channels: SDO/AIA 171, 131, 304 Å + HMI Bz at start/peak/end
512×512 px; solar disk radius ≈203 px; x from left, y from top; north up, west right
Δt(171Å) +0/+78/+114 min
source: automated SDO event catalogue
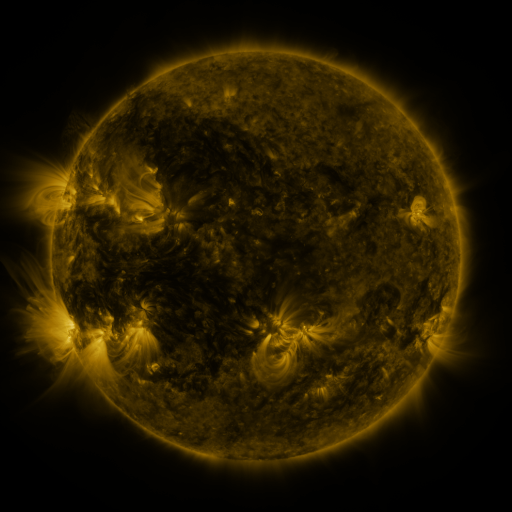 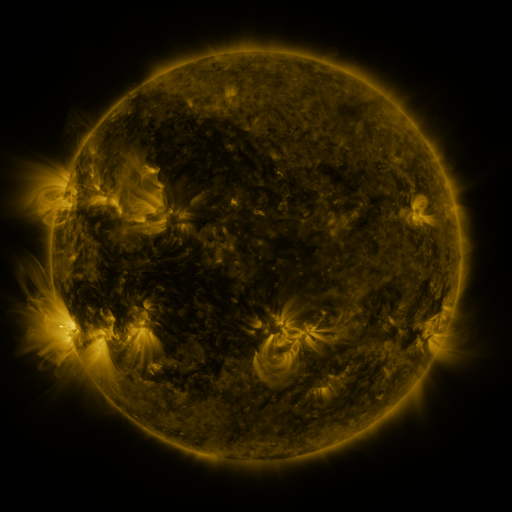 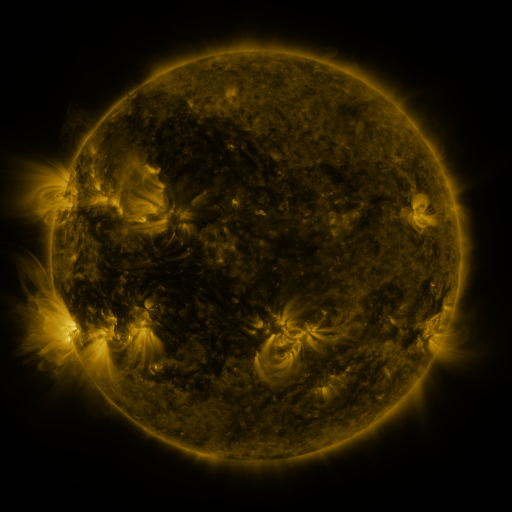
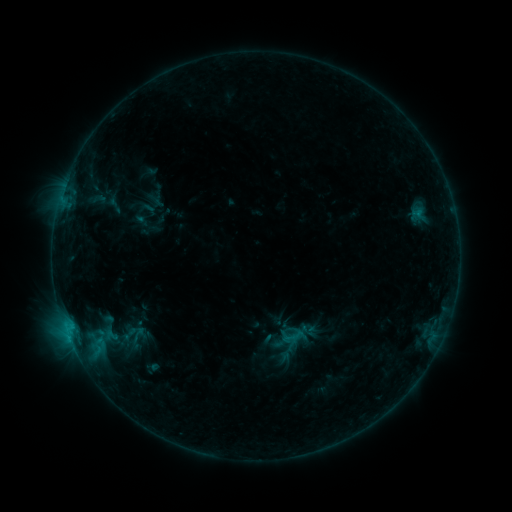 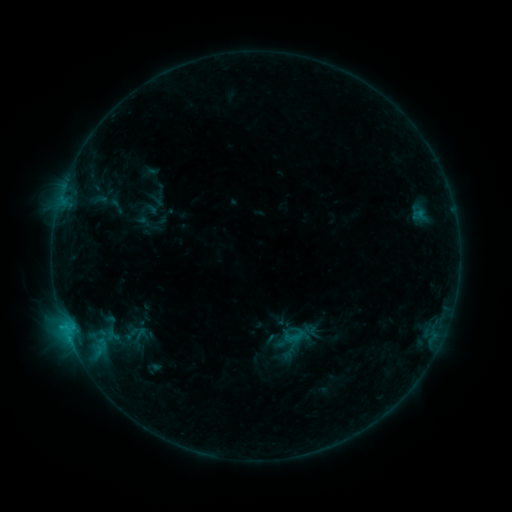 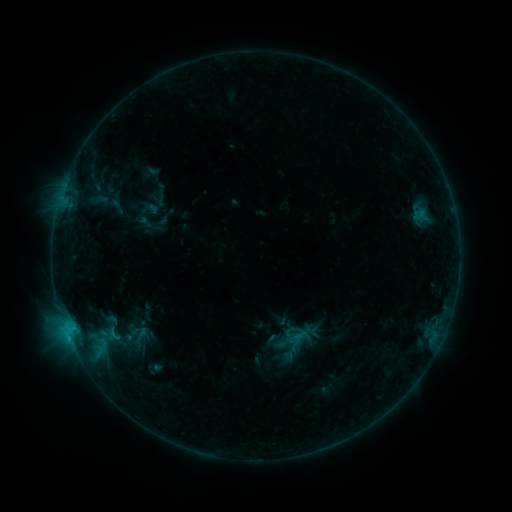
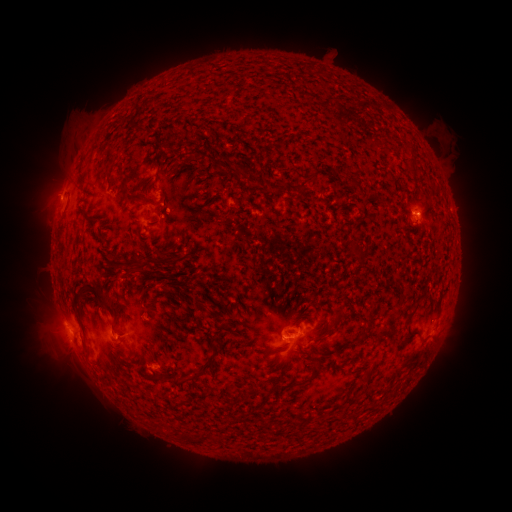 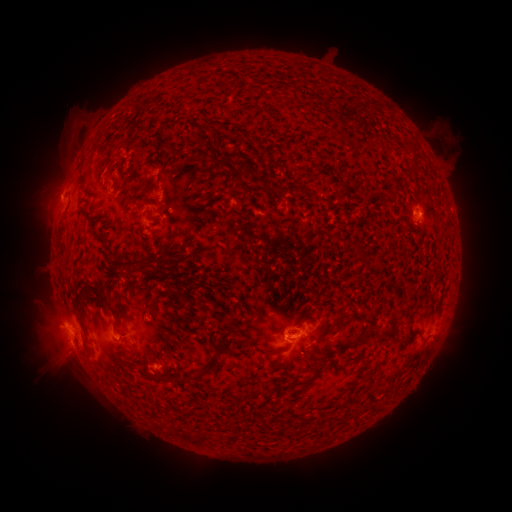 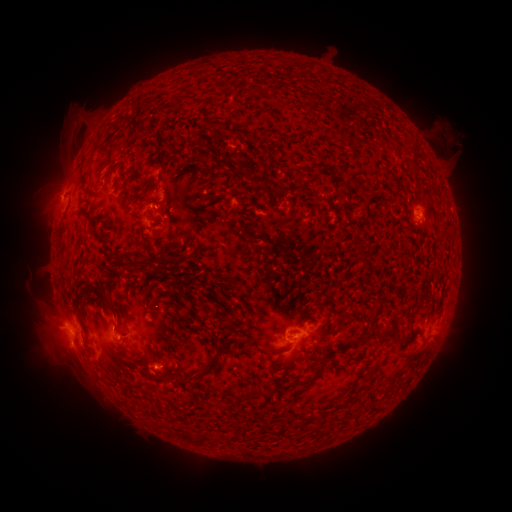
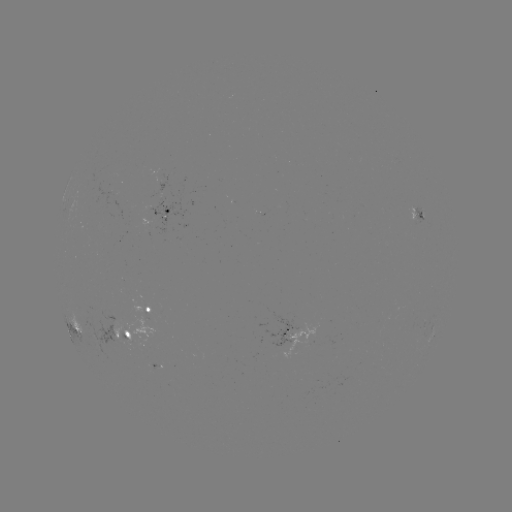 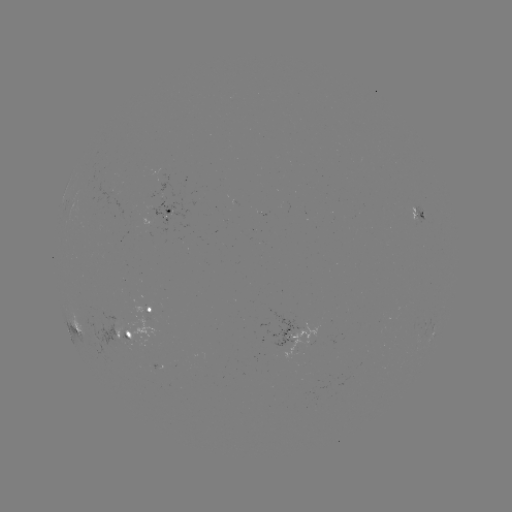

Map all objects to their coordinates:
emerging-flux region: (380, 324)
